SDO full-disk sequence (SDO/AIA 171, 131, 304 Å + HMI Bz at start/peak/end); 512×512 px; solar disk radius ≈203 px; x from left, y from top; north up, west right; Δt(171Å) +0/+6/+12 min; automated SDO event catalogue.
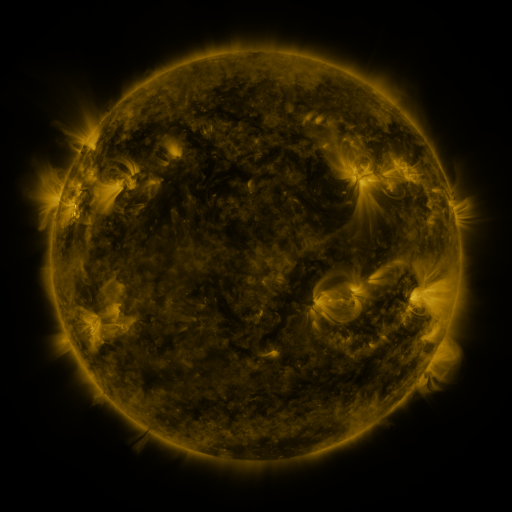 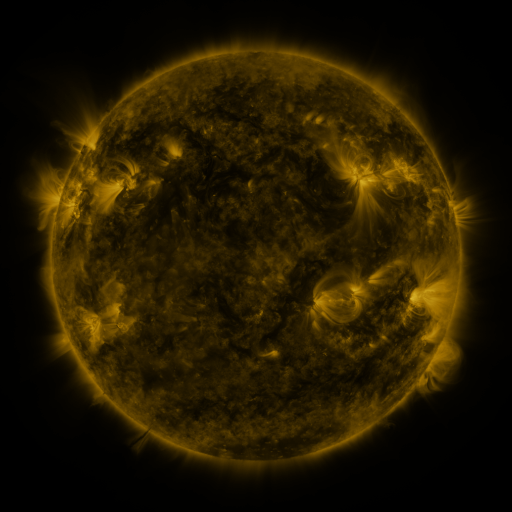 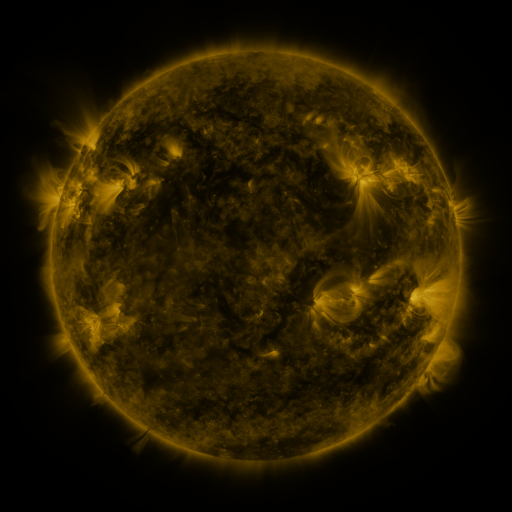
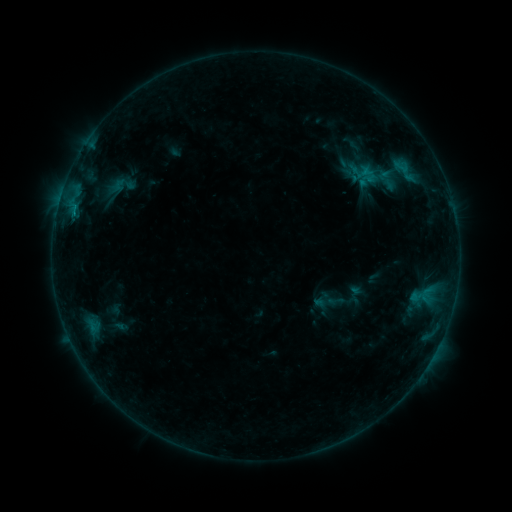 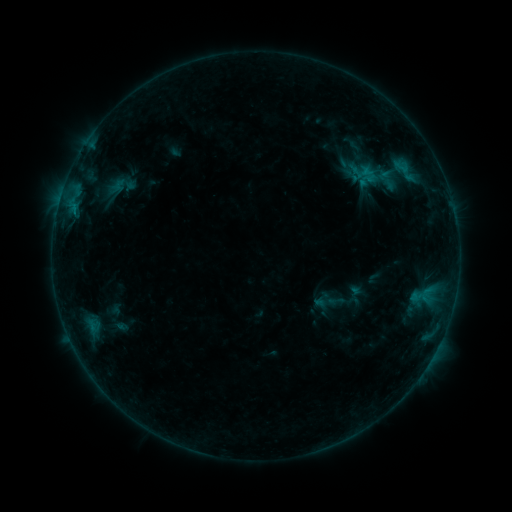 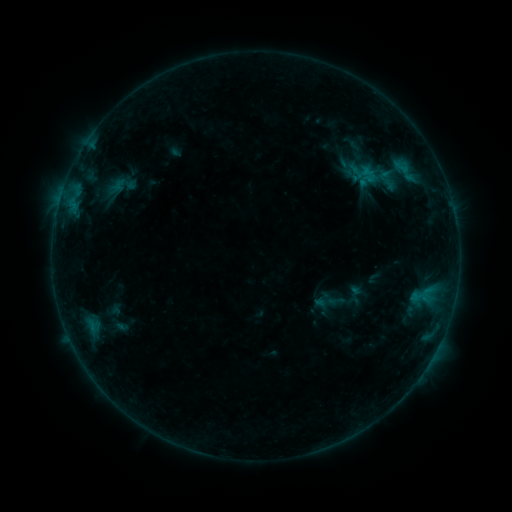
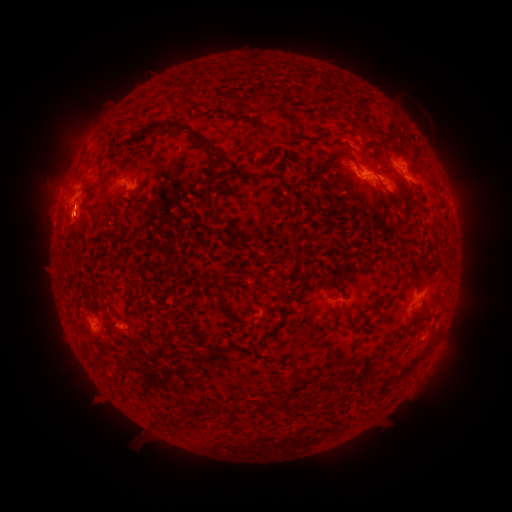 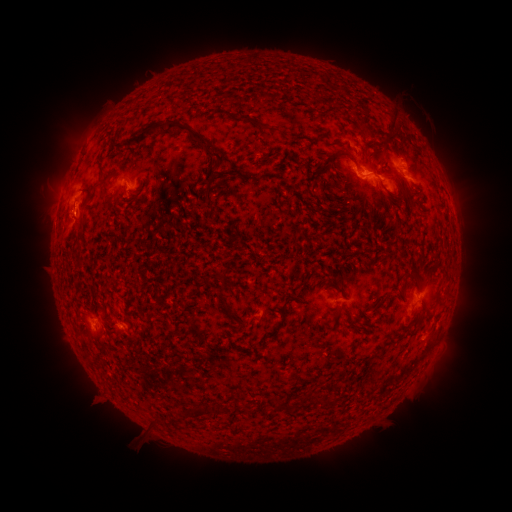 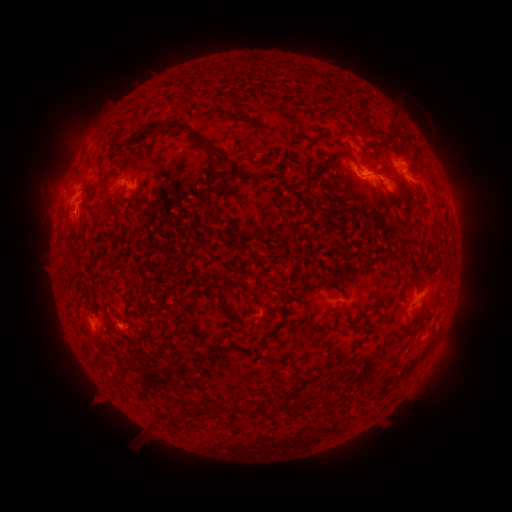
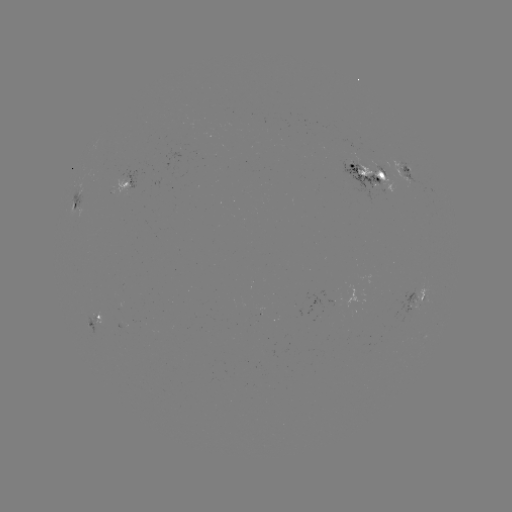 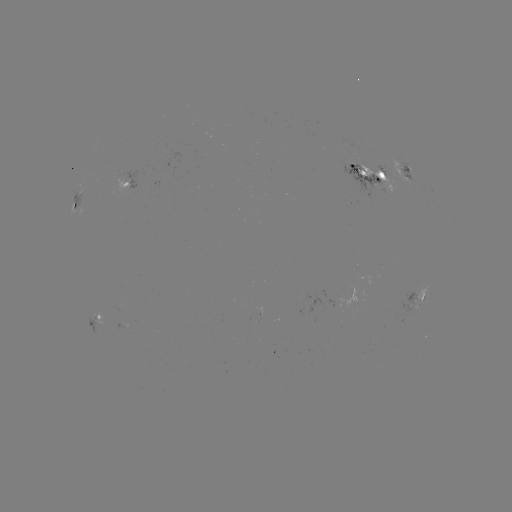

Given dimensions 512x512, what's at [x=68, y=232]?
eruption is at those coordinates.